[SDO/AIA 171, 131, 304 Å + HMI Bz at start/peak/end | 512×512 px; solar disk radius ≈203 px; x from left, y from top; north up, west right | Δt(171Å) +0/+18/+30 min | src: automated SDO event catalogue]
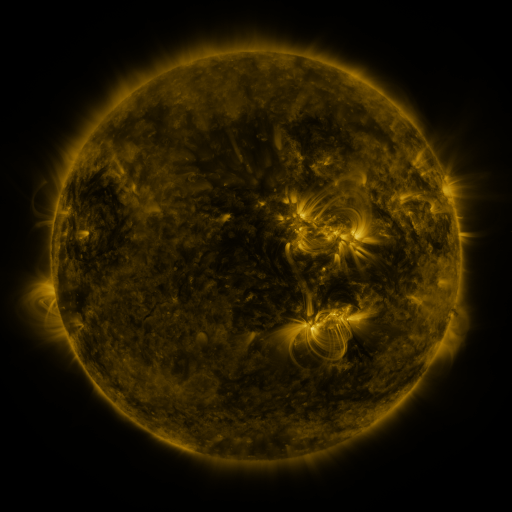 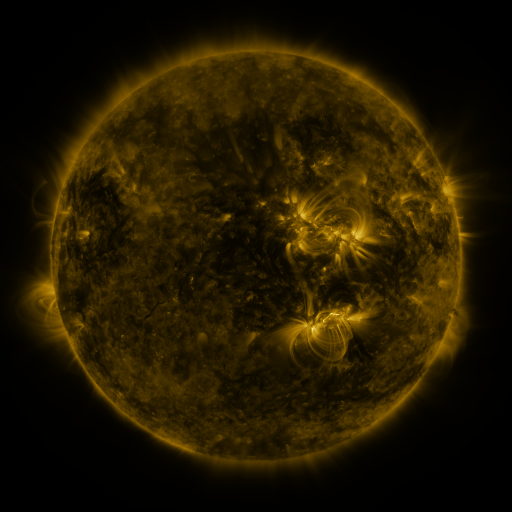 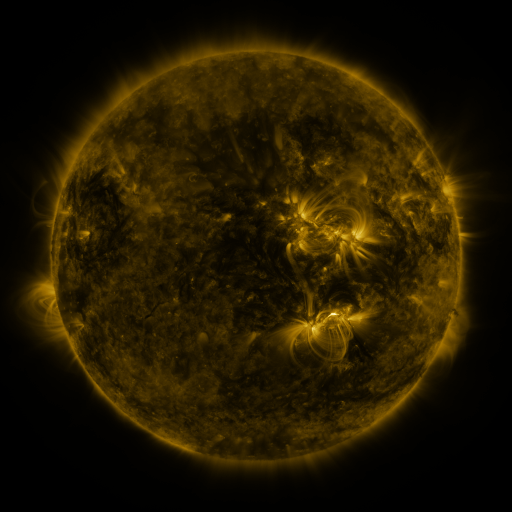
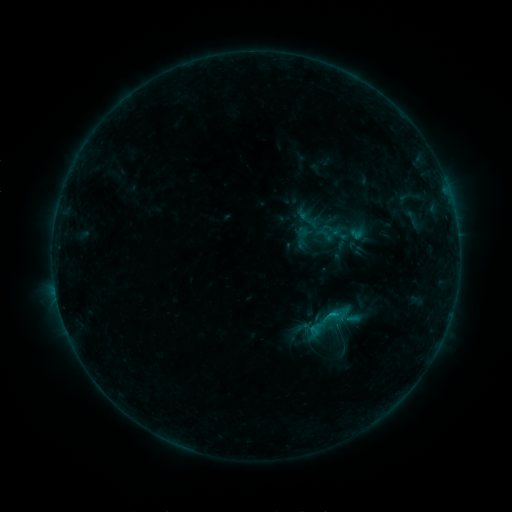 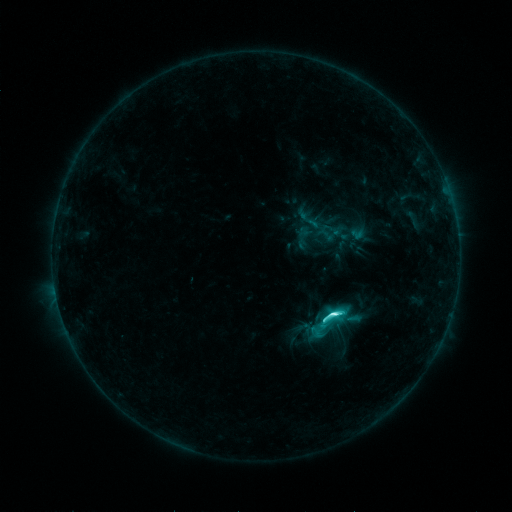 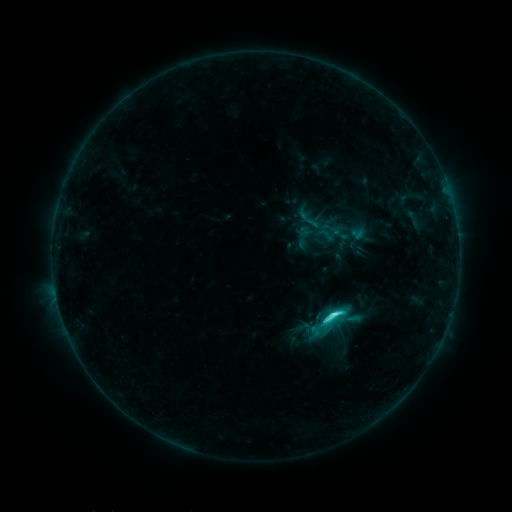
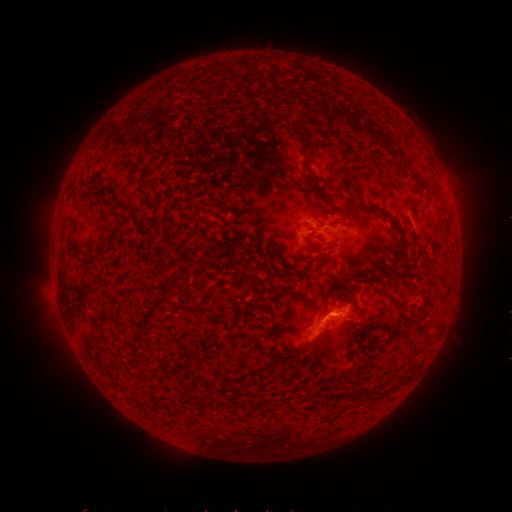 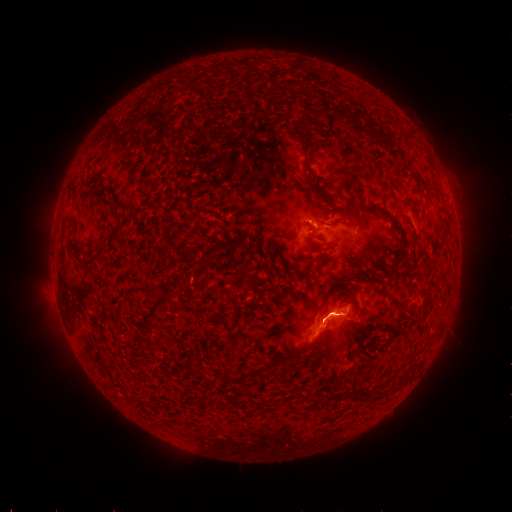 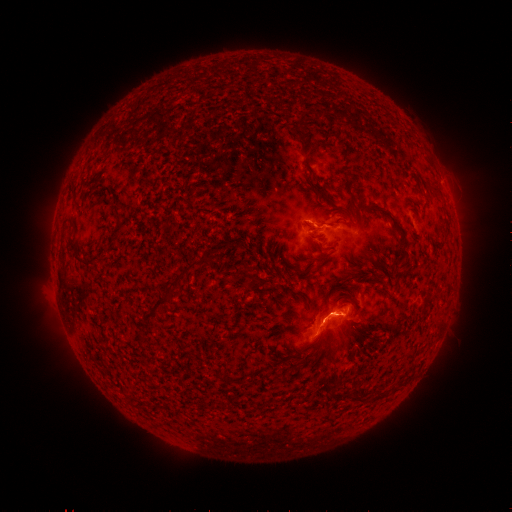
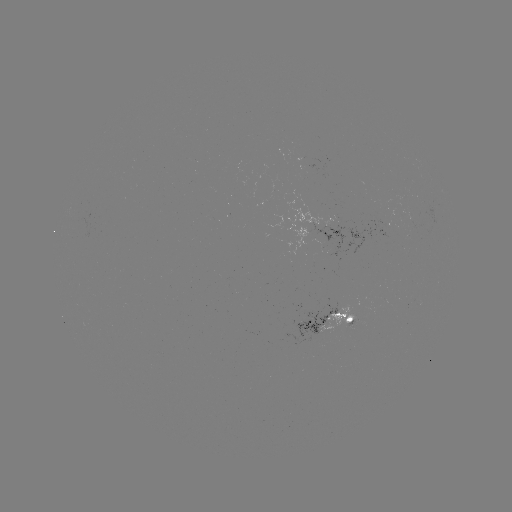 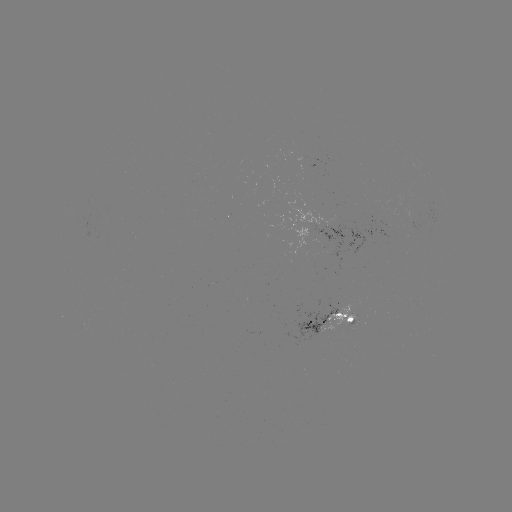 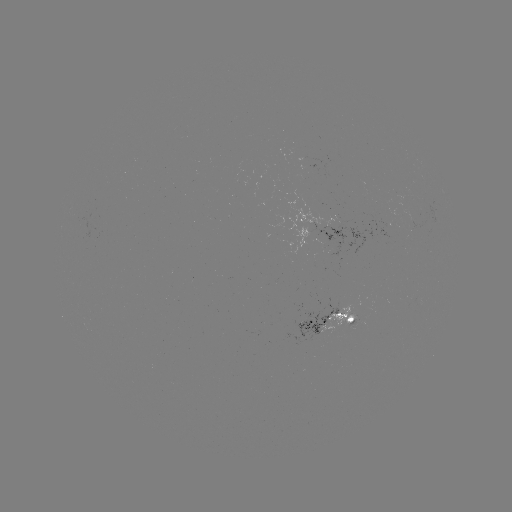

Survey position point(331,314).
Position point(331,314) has C6.8 flare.